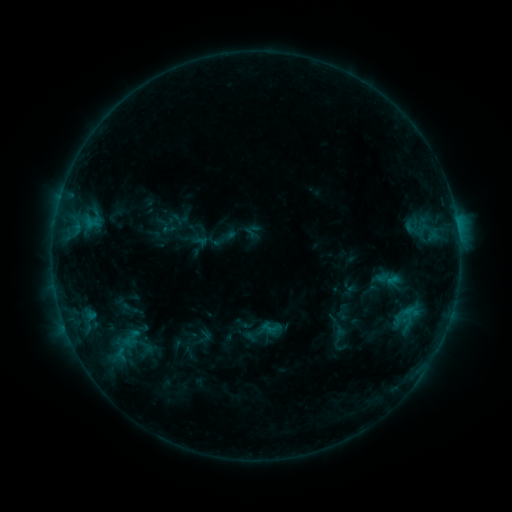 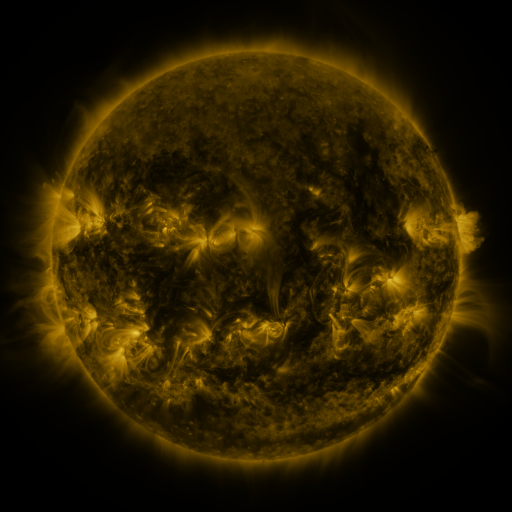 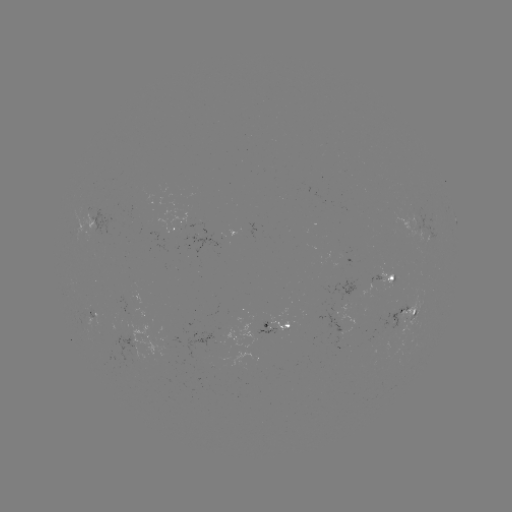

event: sigmoid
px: (263, 332)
